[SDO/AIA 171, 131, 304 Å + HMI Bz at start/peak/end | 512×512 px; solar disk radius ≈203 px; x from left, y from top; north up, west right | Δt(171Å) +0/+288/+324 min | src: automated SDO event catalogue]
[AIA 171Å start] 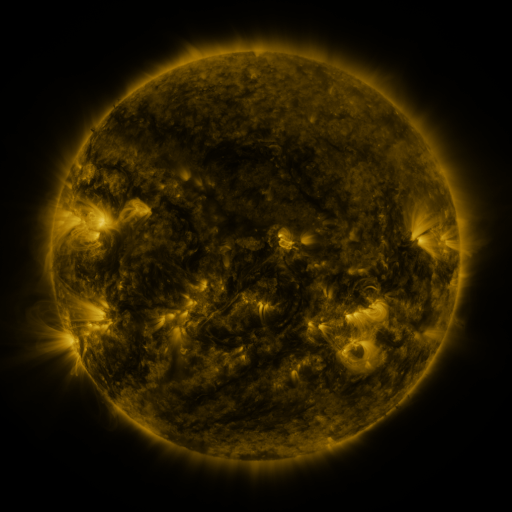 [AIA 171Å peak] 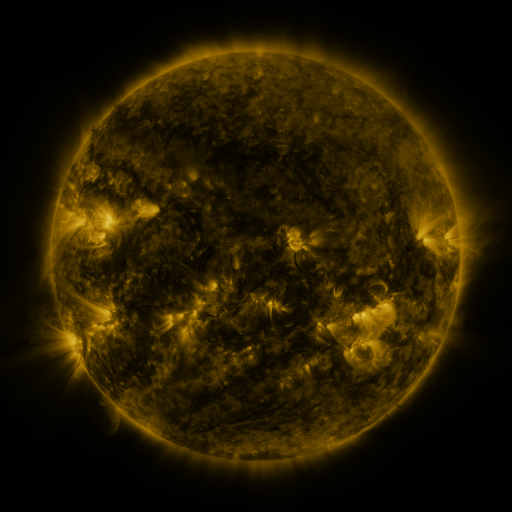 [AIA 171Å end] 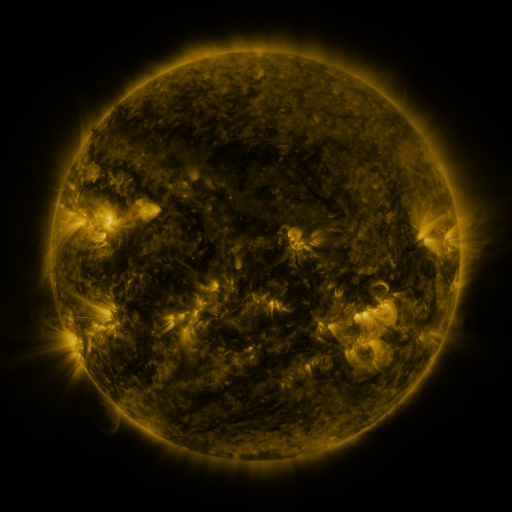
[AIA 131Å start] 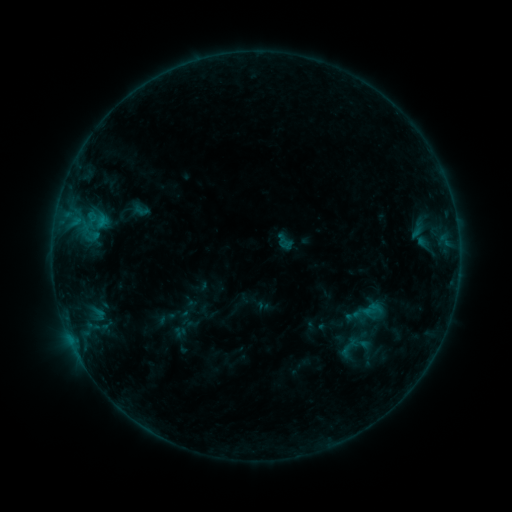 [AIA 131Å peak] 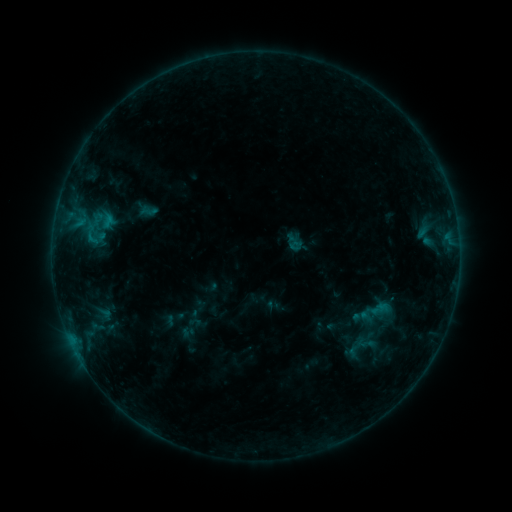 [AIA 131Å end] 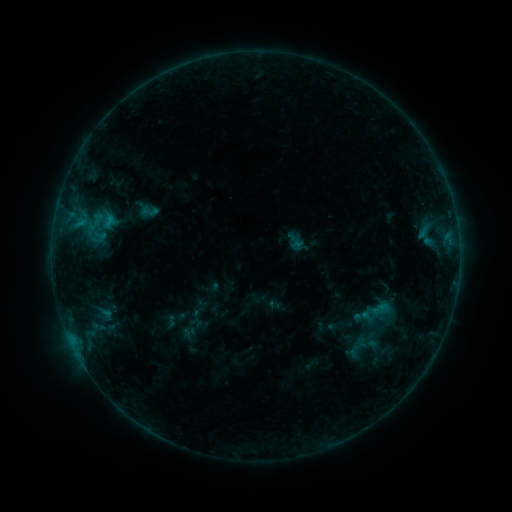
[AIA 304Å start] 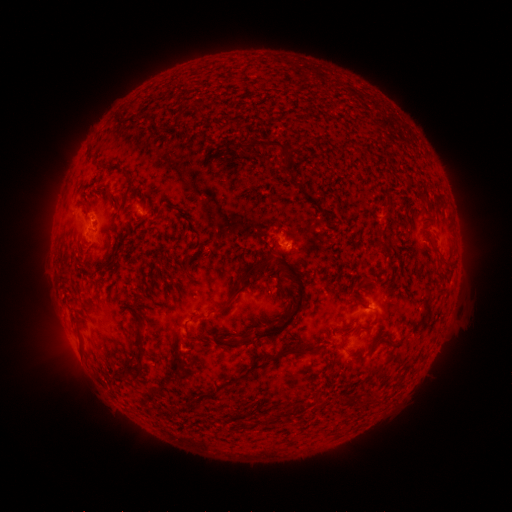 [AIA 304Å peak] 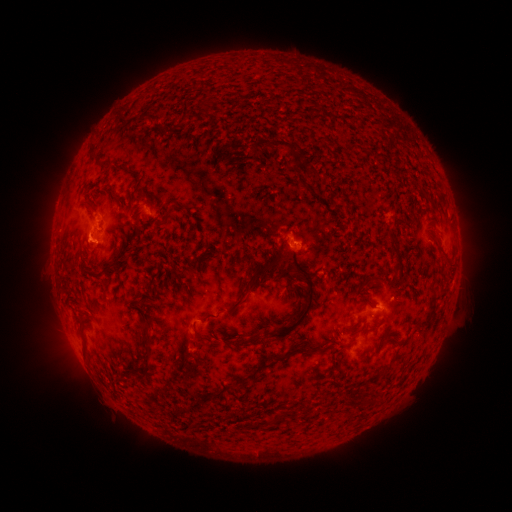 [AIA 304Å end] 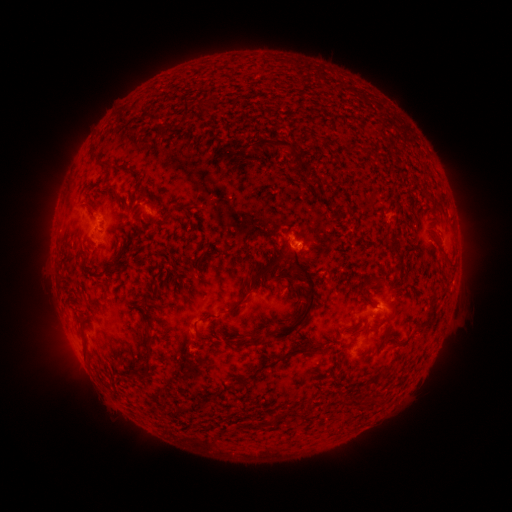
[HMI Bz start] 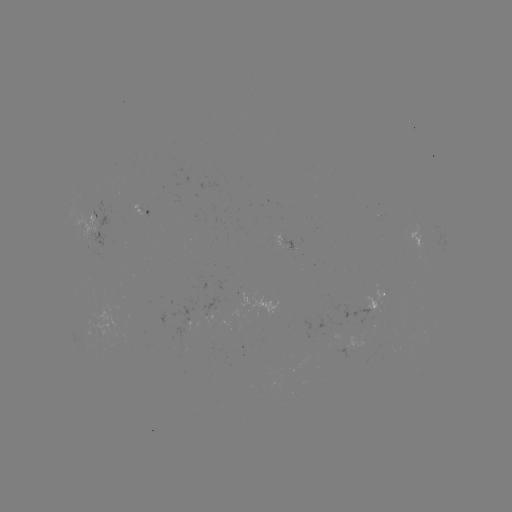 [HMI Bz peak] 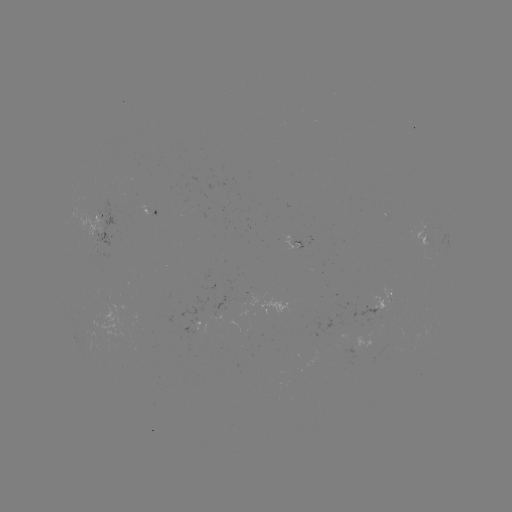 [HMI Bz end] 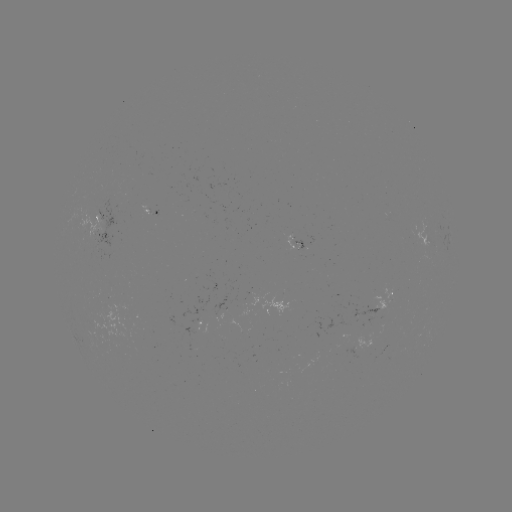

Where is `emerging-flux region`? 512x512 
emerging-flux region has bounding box [290, 240, 306, 251].